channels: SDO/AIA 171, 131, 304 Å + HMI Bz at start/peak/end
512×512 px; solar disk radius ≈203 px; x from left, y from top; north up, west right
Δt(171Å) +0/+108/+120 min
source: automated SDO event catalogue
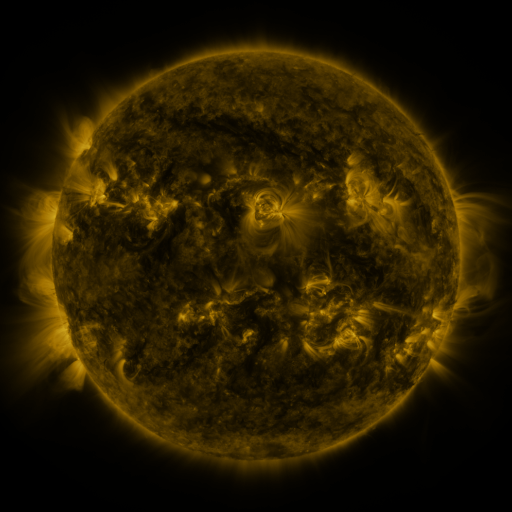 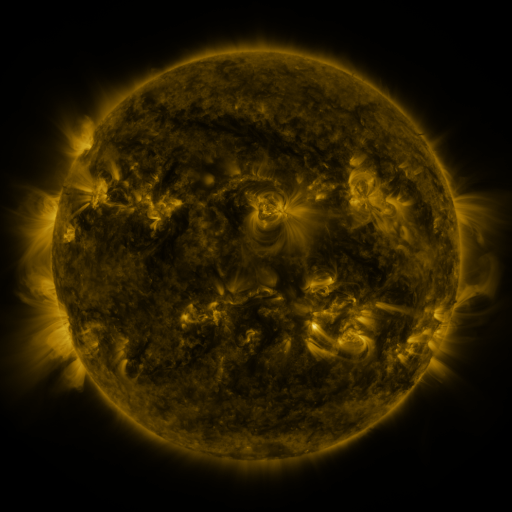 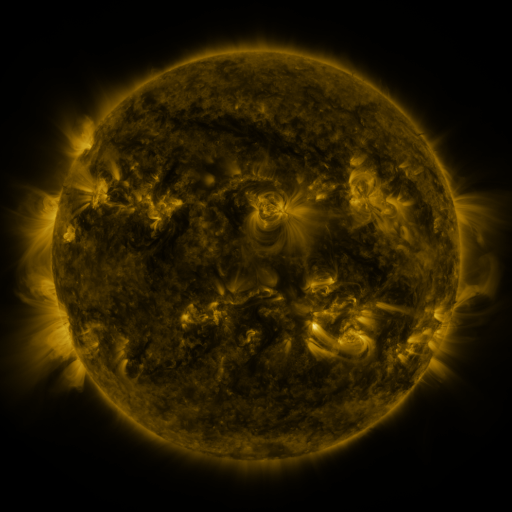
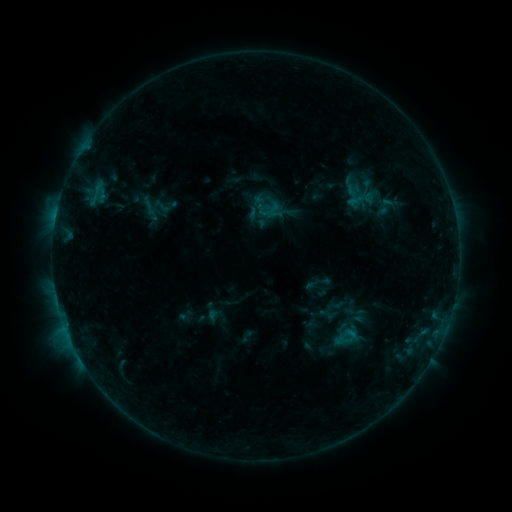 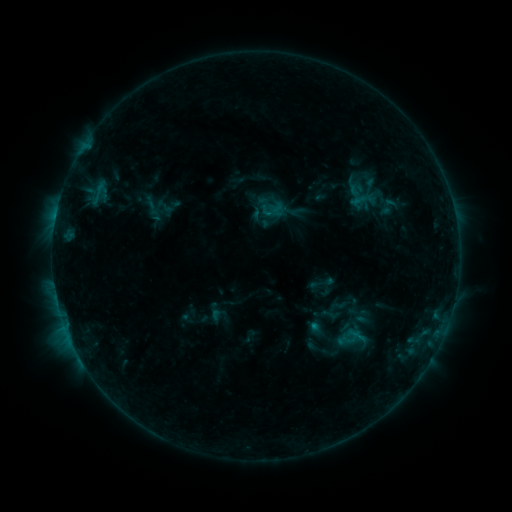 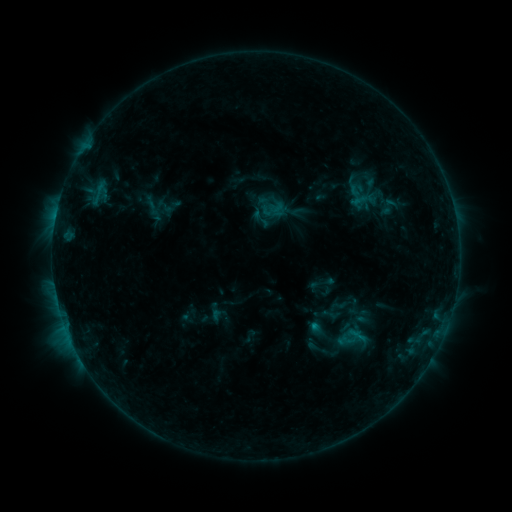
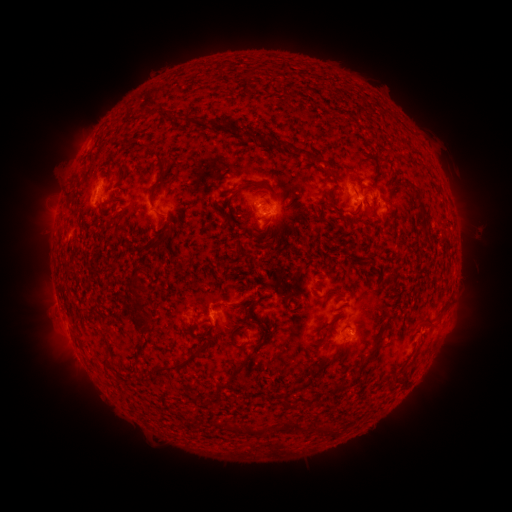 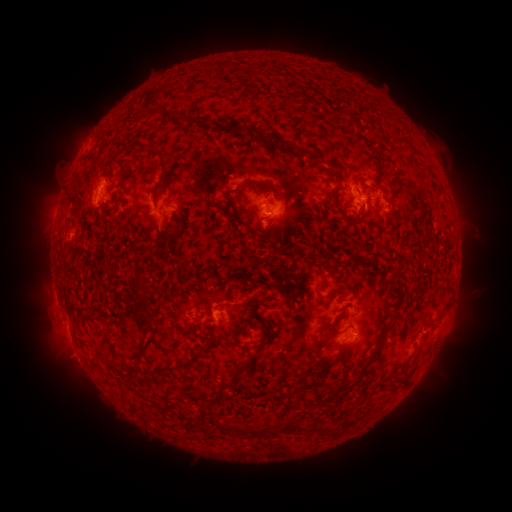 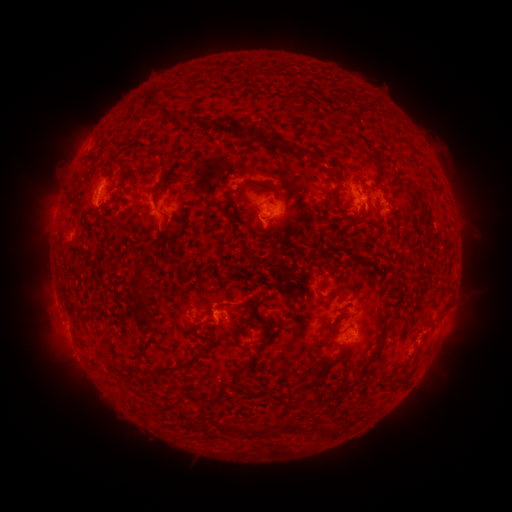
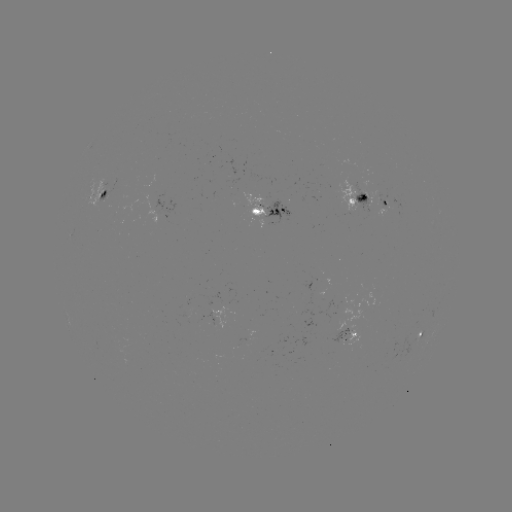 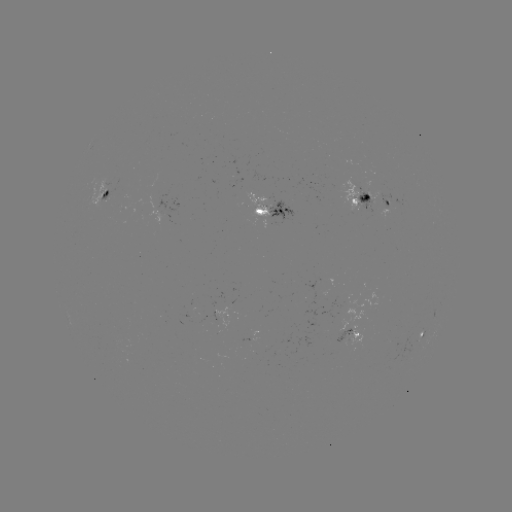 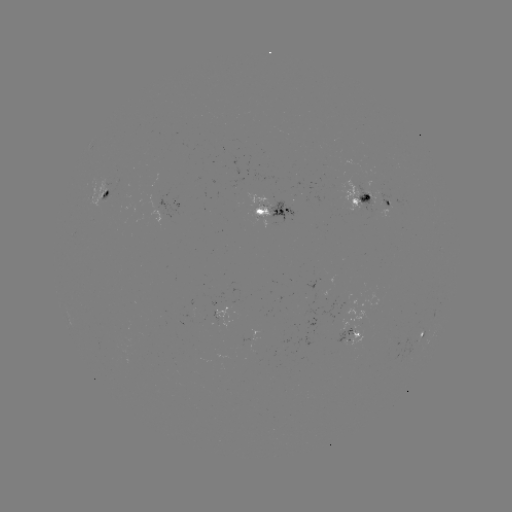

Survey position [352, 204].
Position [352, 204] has emerging-flux region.